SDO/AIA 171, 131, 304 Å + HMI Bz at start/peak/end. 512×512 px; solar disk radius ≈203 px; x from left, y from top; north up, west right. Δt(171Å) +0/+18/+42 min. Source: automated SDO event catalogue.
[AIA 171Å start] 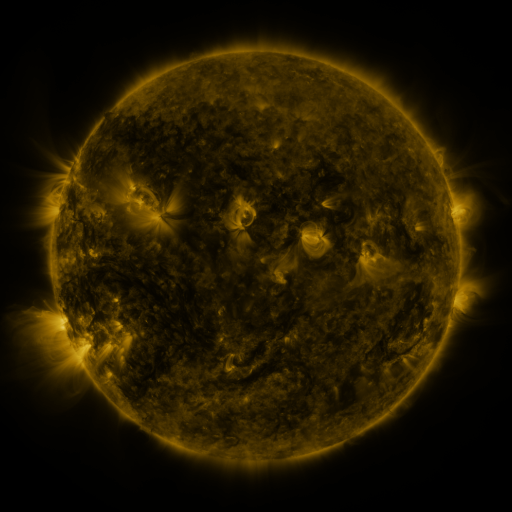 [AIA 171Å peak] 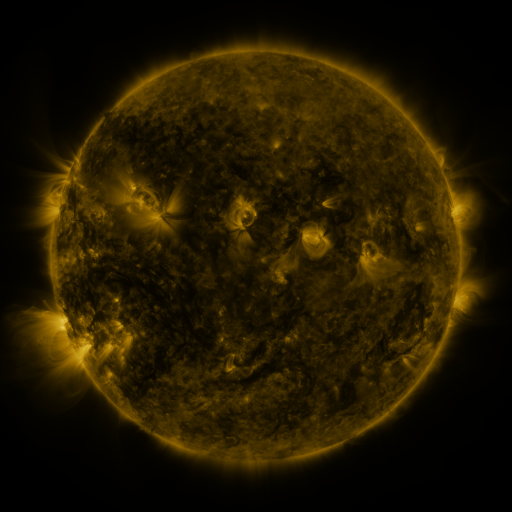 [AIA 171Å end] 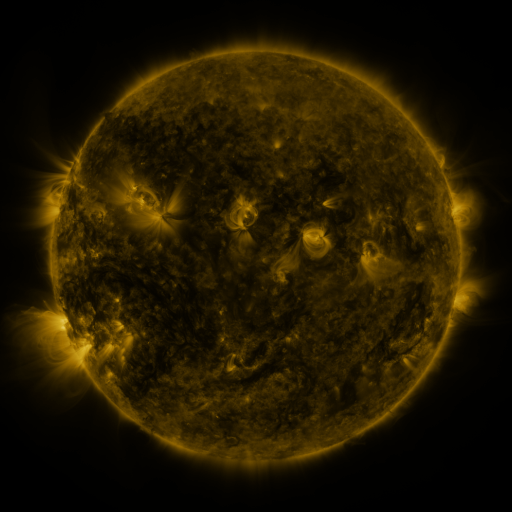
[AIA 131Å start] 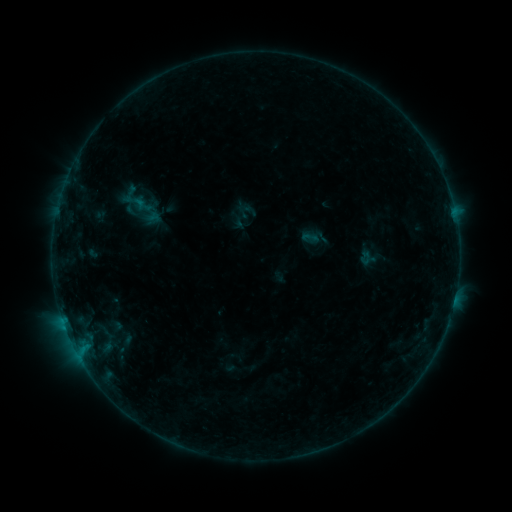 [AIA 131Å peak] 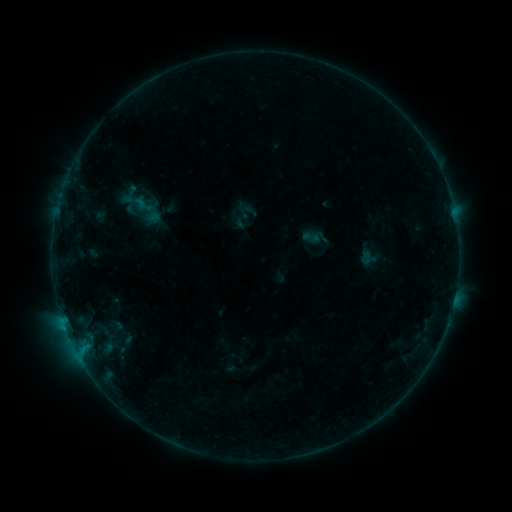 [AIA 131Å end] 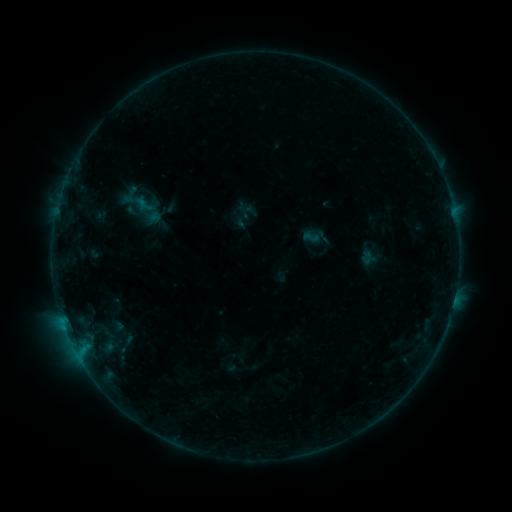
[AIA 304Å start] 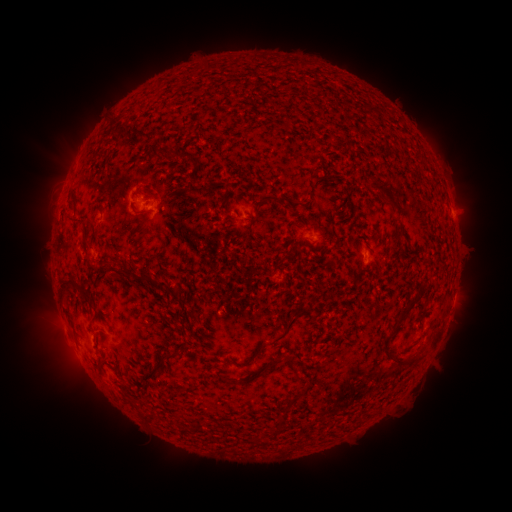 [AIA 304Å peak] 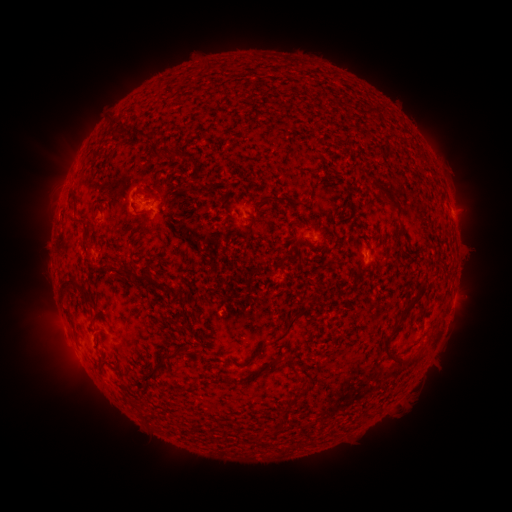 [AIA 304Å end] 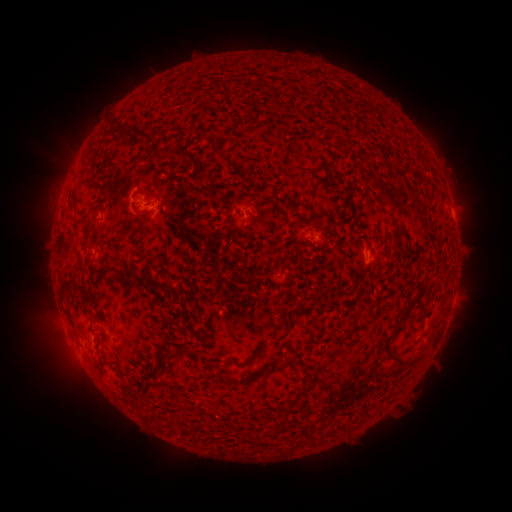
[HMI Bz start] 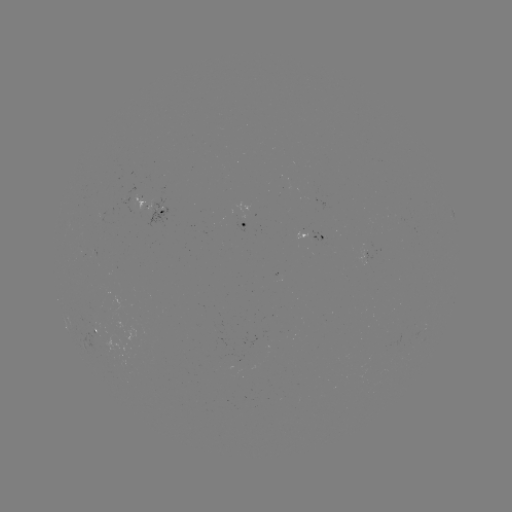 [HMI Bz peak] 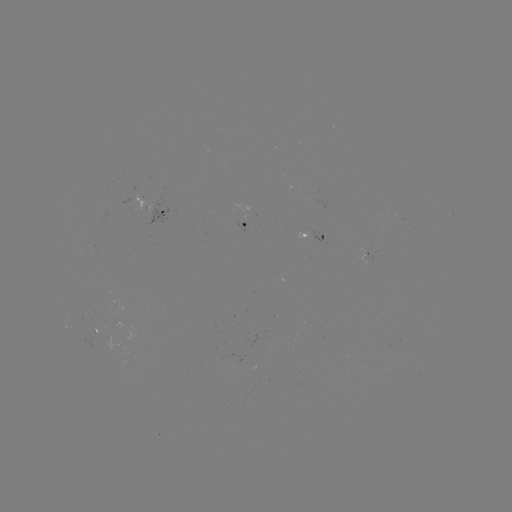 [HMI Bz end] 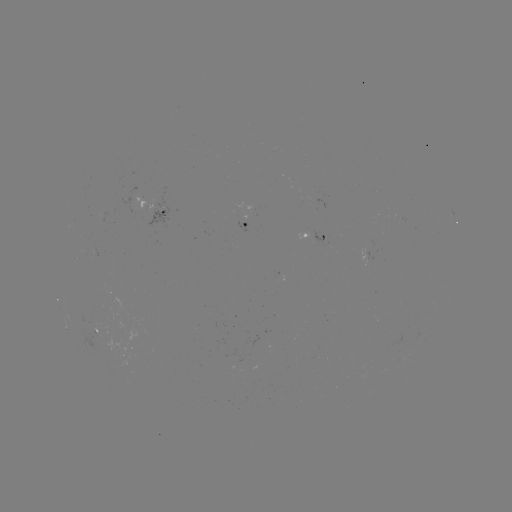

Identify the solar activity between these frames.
no flare in any classed list; no EUV-trigger detection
